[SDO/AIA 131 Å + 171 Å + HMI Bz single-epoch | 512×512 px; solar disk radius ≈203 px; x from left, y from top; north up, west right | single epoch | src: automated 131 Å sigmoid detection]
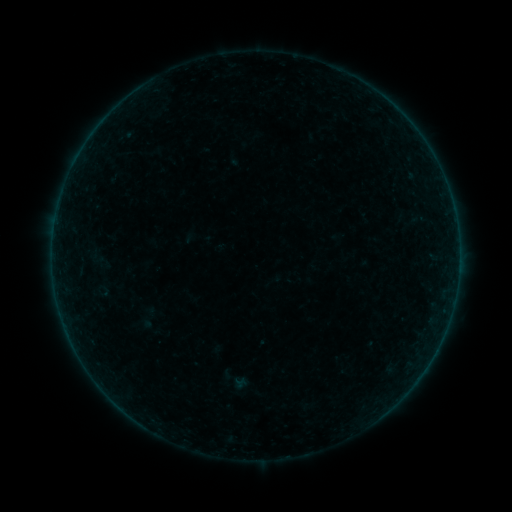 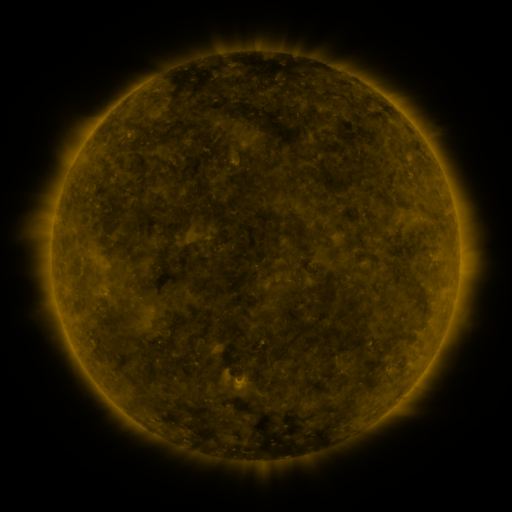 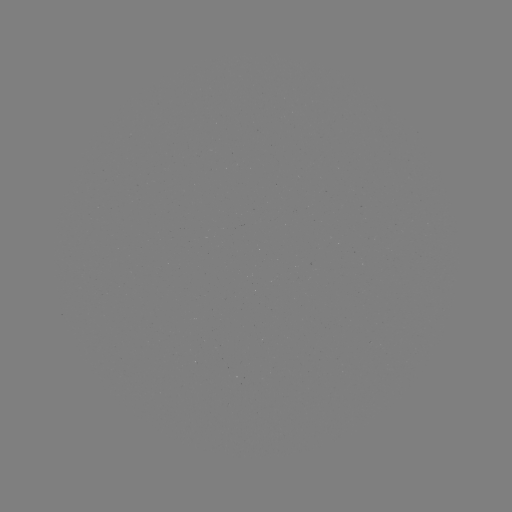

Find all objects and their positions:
sigmoid: (233, 379)
